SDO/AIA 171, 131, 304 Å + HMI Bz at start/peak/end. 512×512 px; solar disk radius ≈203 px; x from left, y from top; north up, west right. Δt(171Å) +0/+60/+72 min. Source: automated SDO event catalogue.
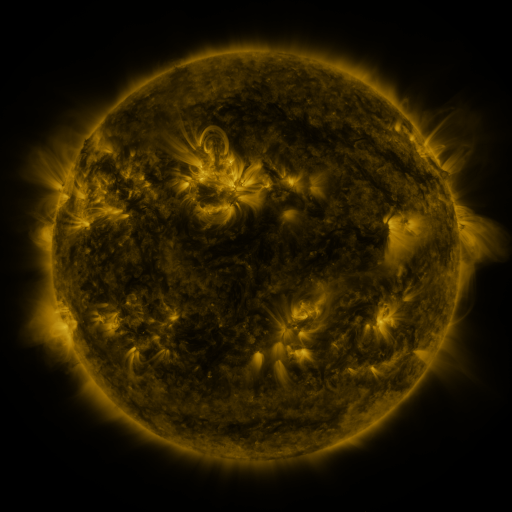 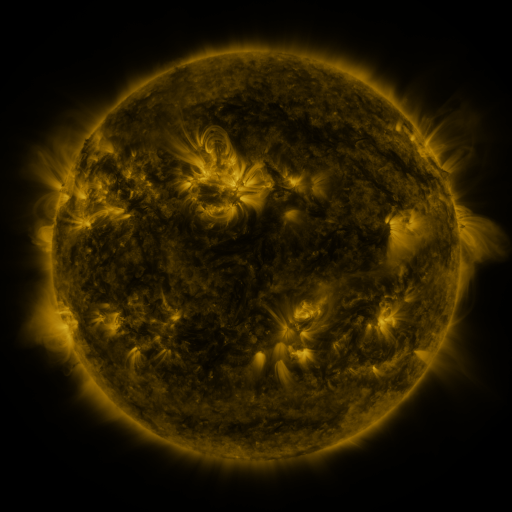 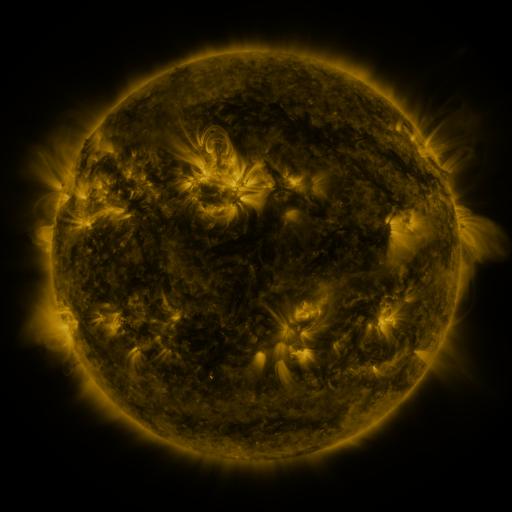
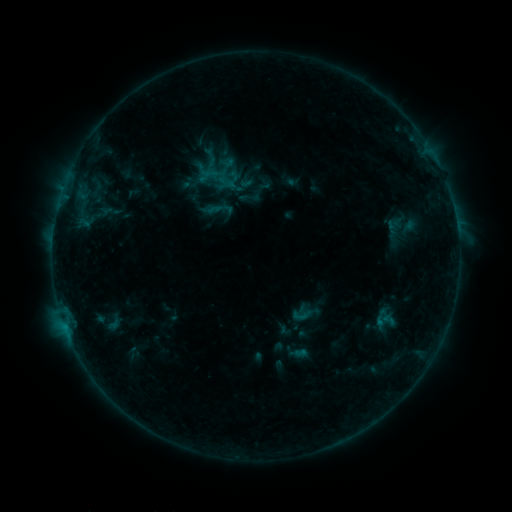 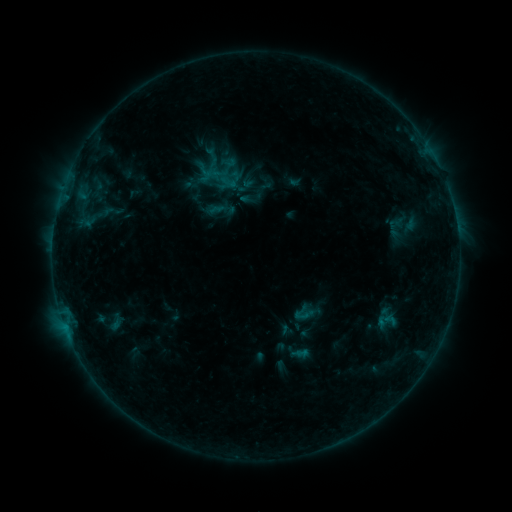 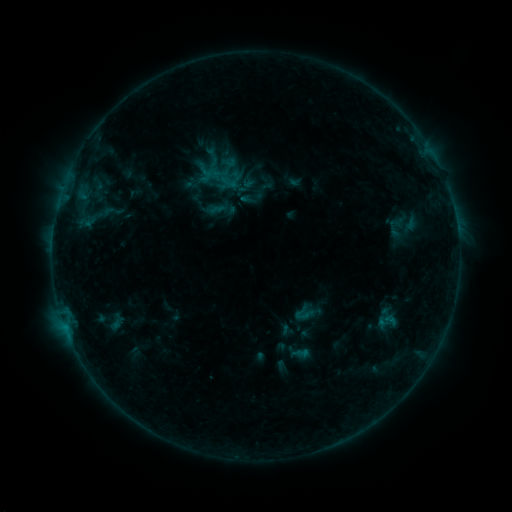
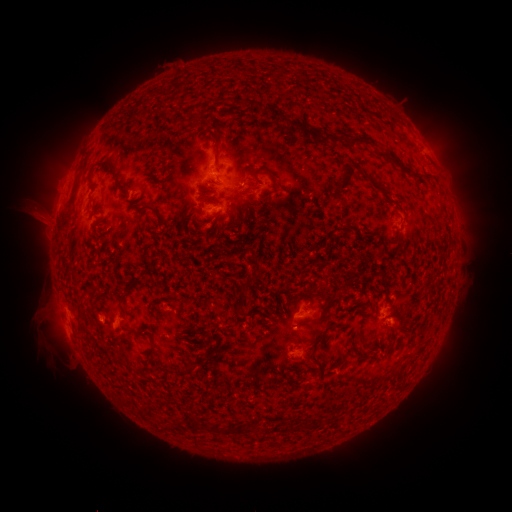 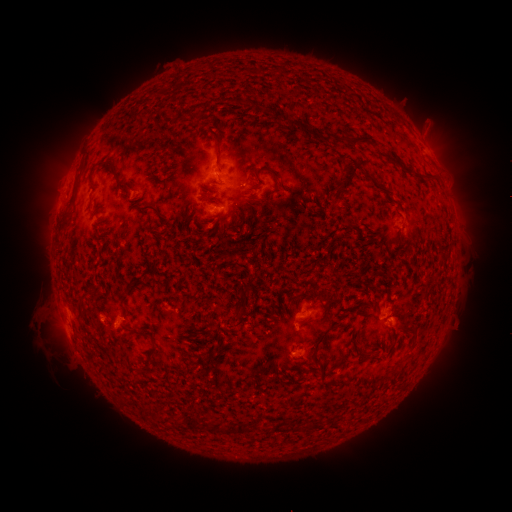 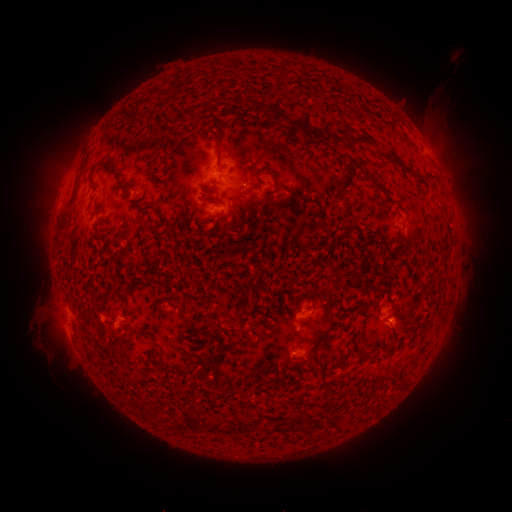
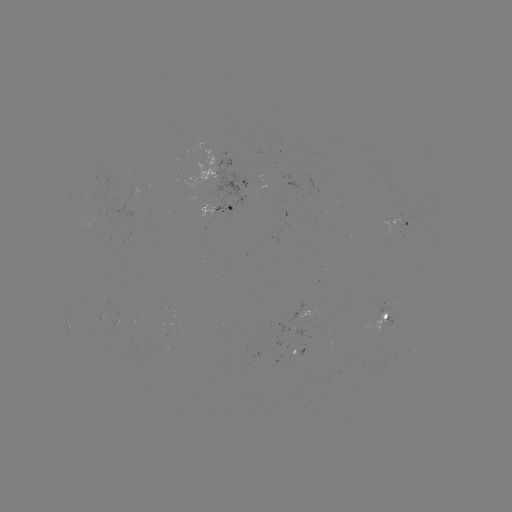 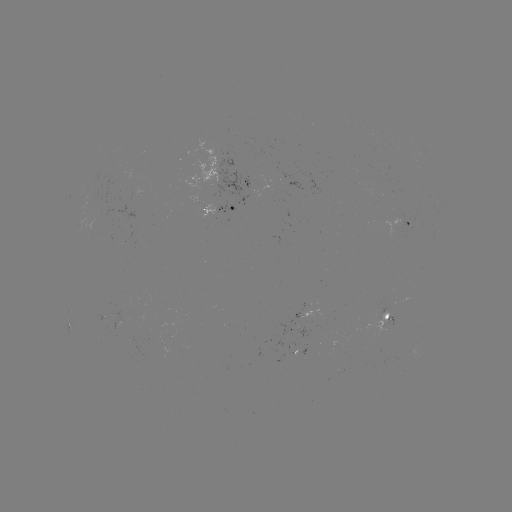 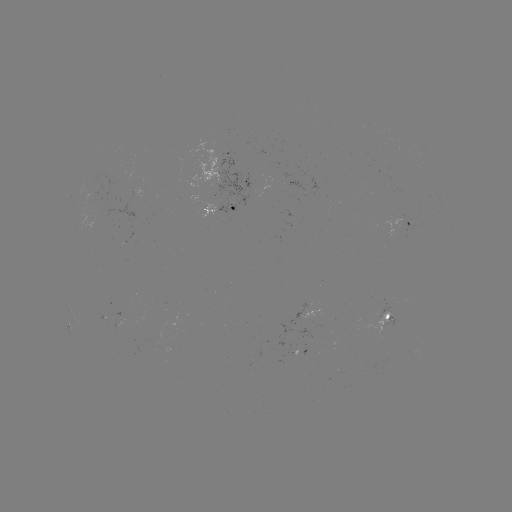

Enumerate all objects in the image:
emerging-flux region: (93, 207)
